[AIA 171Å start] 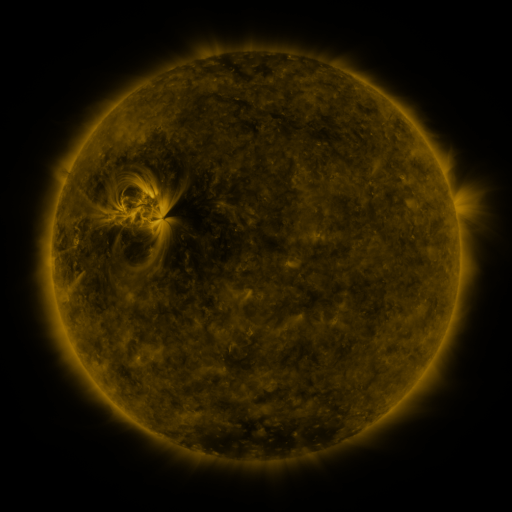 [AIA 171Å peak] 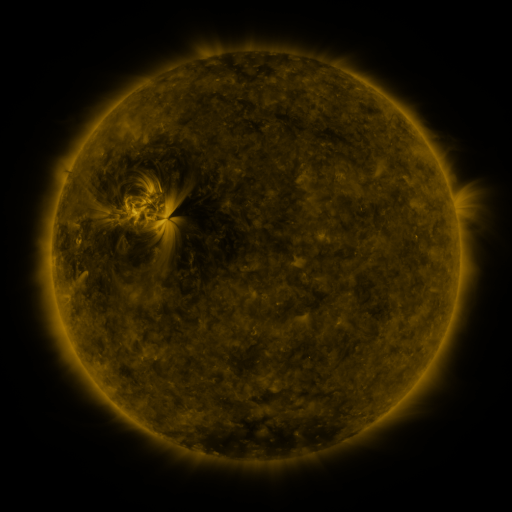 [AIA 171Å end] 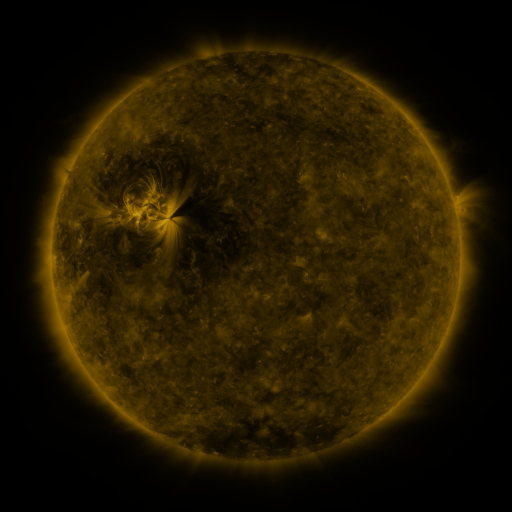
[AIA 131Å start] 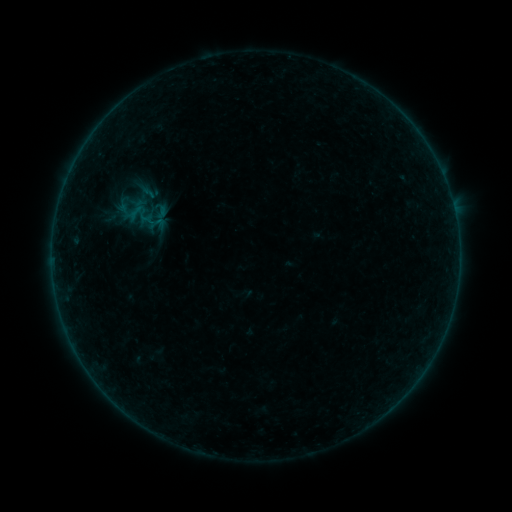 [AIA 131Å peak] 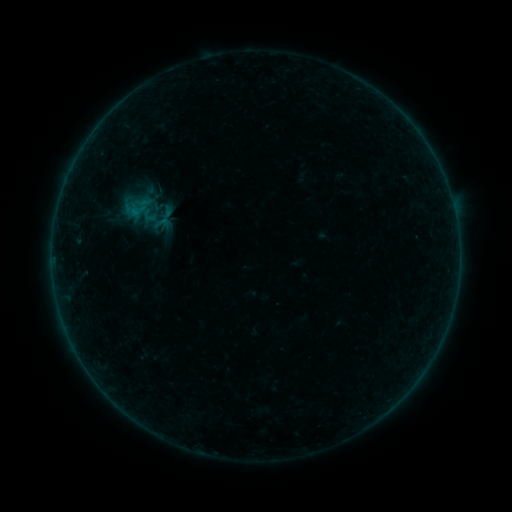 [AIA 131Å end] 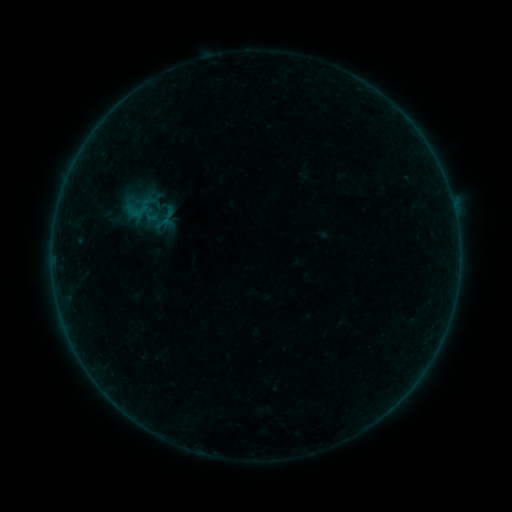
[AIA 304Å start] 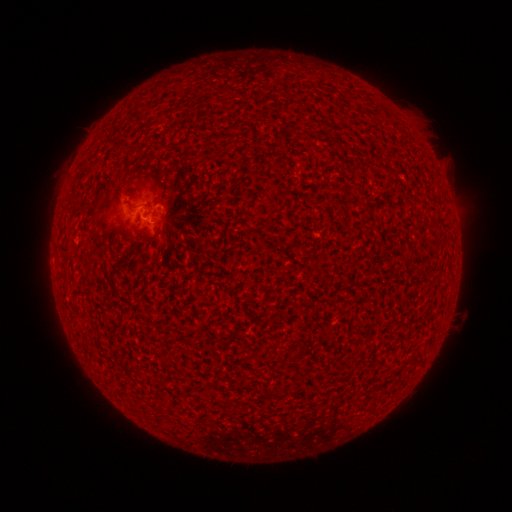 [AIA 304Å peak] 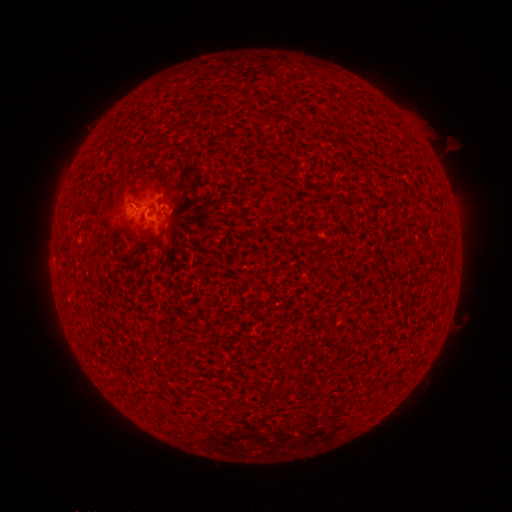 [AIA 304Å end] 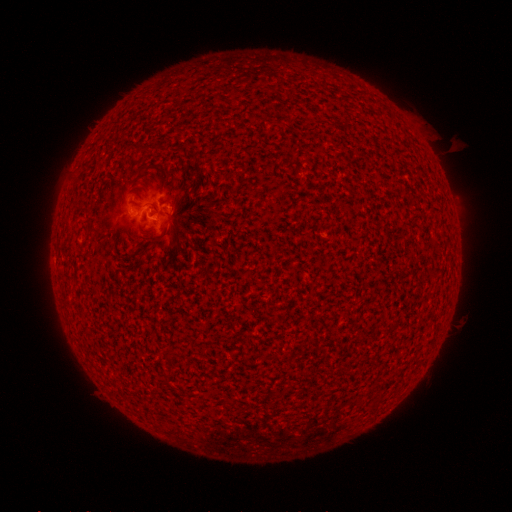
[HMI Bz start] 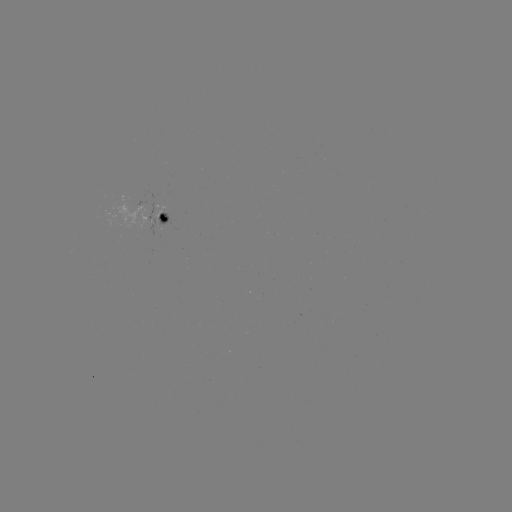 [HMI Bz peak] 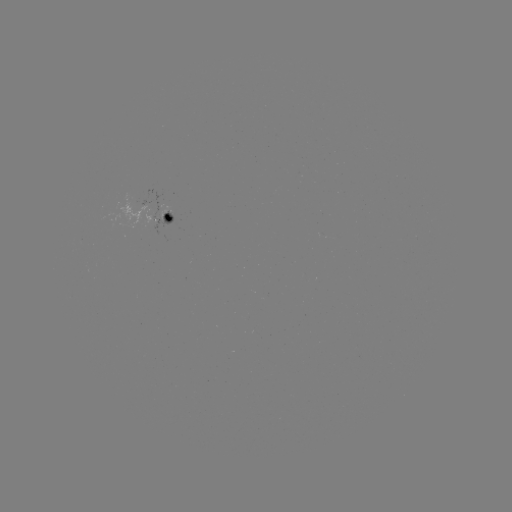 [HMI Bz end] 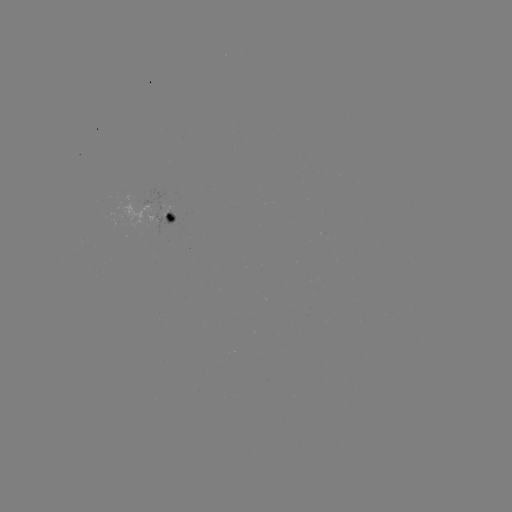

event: flare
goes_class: B4.5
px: (134, 207)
